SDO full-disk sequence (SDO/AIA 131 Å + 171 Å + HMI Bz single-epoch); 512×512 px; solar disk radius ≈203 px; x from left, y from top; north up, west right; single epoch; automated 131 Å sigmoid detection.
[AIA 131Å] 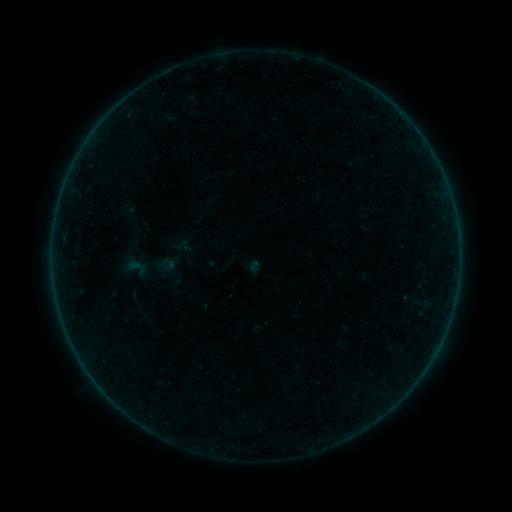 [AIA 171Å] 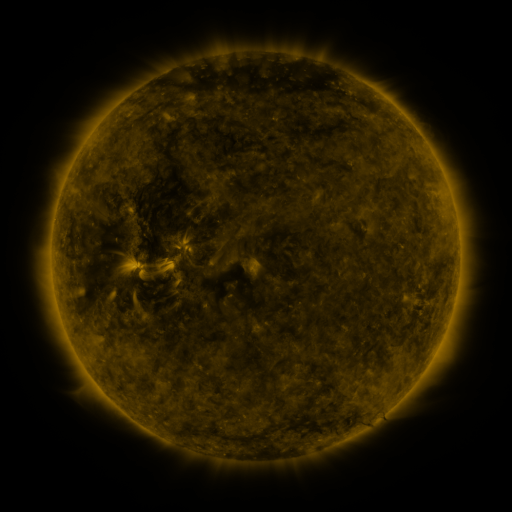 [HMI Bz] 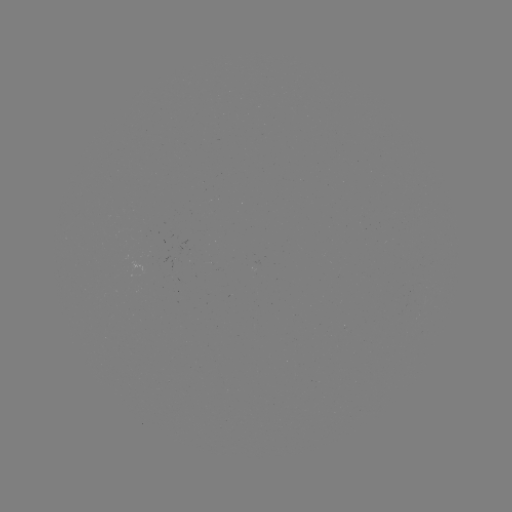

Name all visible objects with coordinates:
sigmoid: (136, 267)
